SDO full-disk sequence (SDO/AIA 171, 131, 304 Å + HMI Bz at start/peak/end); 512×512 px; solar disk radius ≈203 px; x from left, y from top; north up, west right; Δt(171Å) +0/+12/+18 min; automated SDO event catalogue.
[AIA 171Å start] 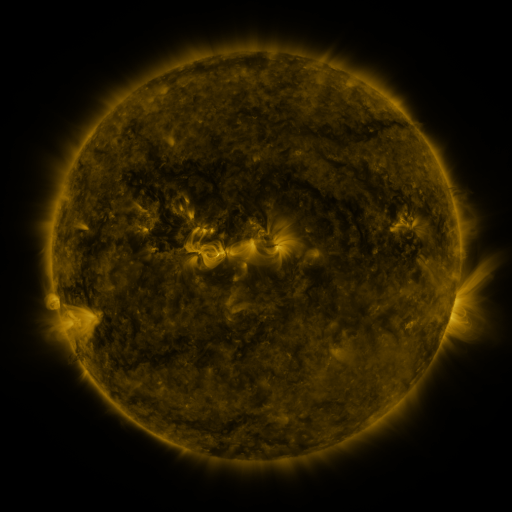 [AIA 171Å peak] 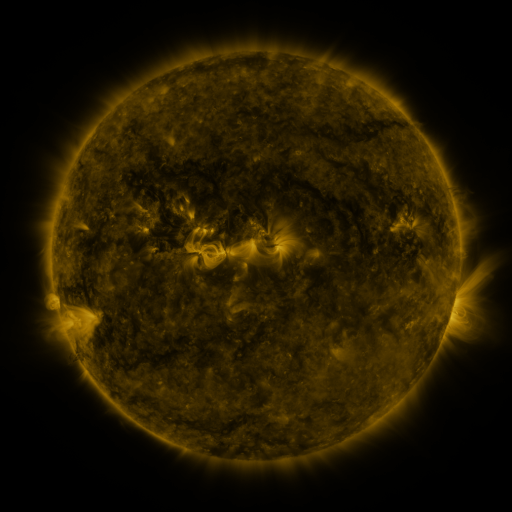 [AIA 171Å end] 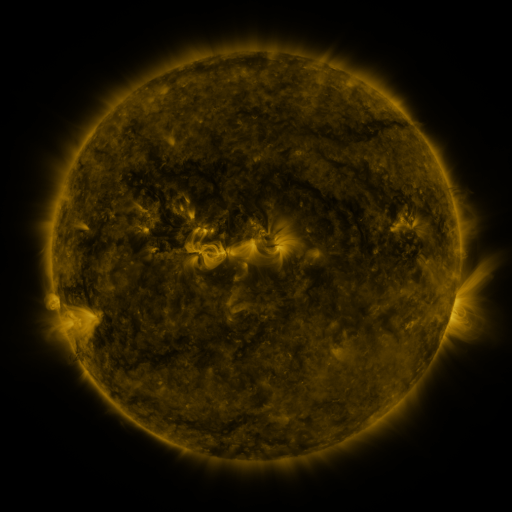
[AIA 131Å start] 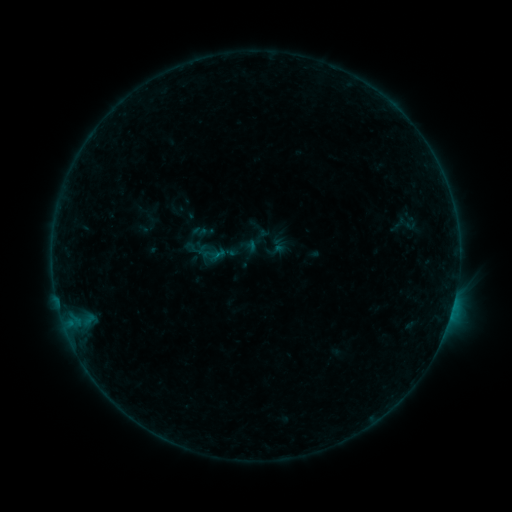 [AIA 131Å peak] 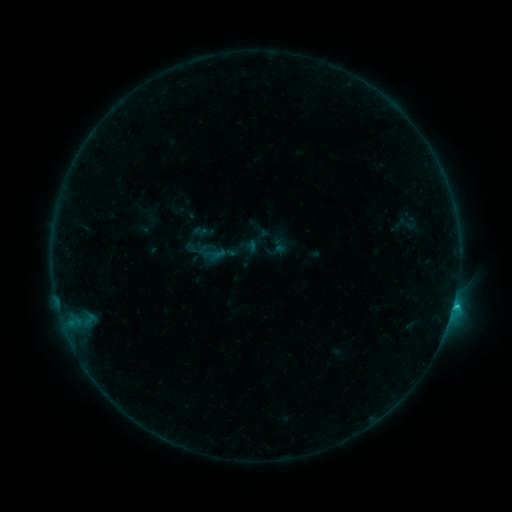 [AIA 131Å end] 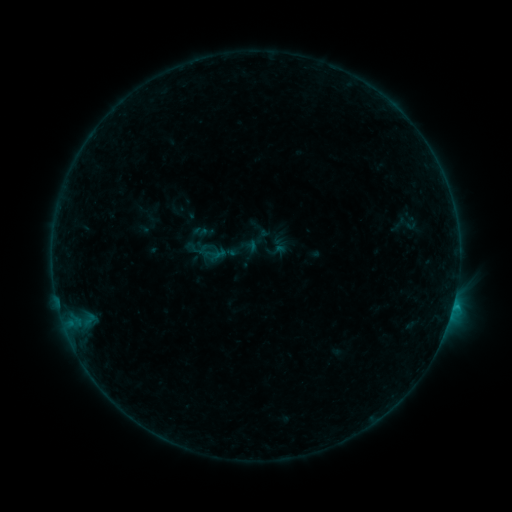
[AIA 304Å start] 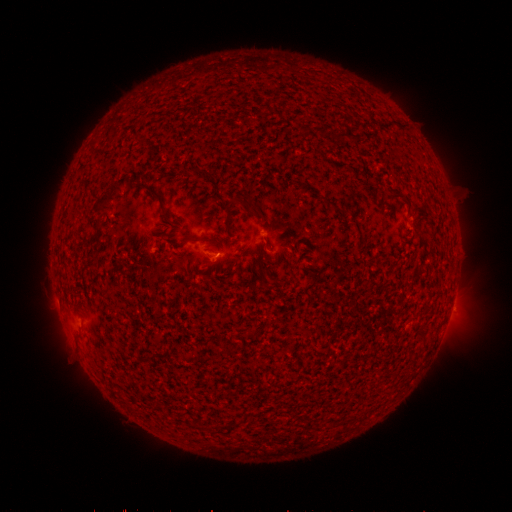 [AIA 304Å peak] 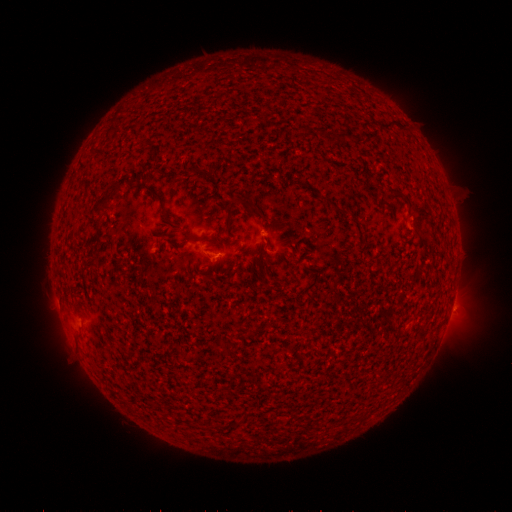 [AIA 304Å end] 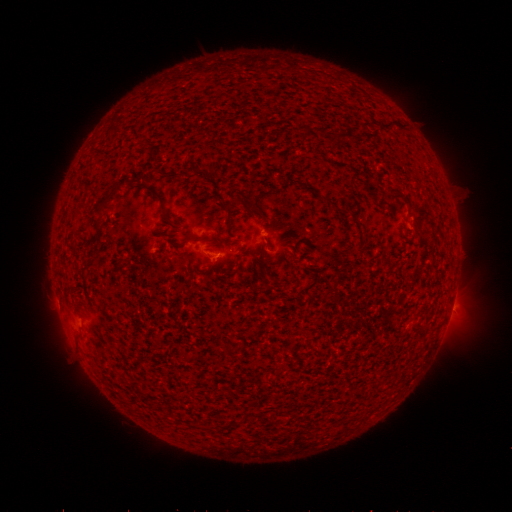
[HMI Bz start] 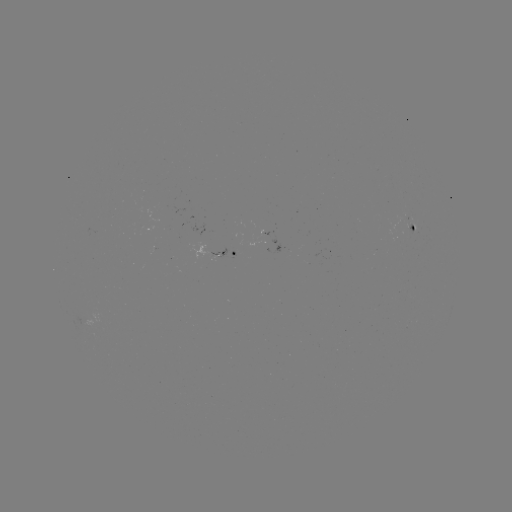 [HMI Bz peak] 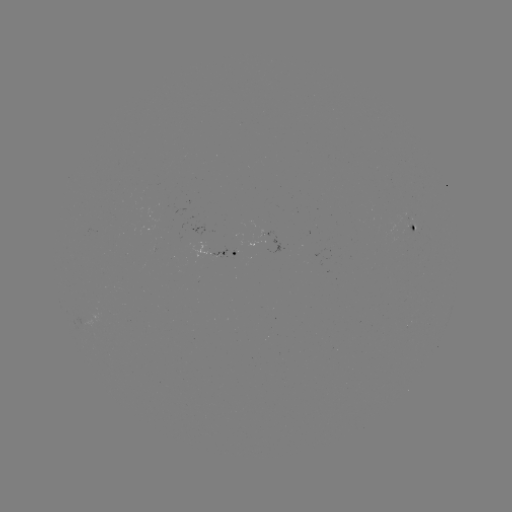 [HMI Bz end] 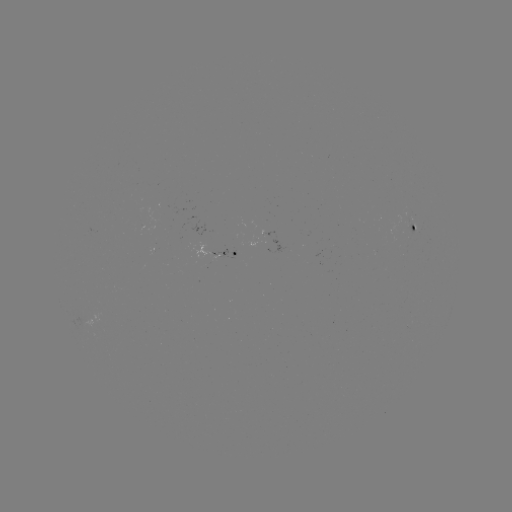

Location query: B7.5 flare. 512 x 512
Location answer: [452, 305].